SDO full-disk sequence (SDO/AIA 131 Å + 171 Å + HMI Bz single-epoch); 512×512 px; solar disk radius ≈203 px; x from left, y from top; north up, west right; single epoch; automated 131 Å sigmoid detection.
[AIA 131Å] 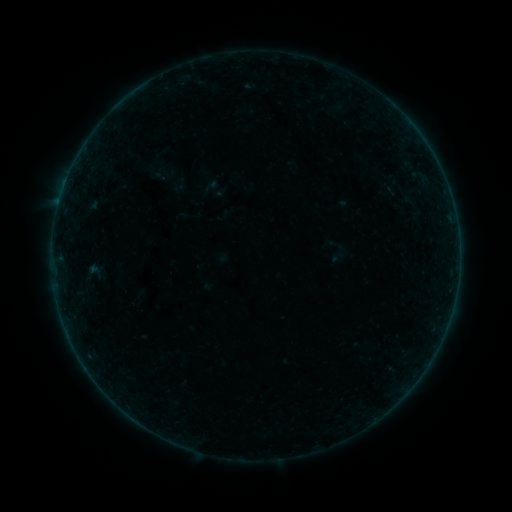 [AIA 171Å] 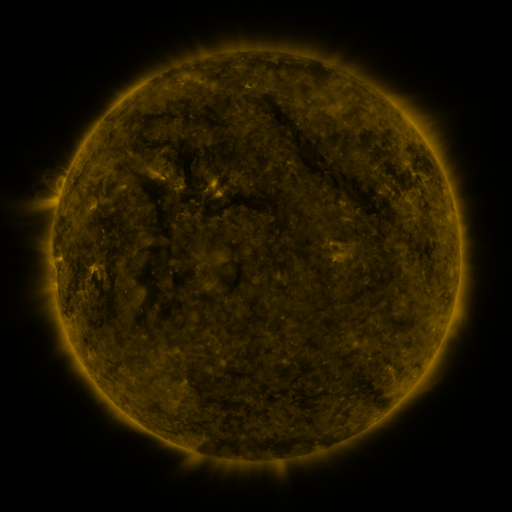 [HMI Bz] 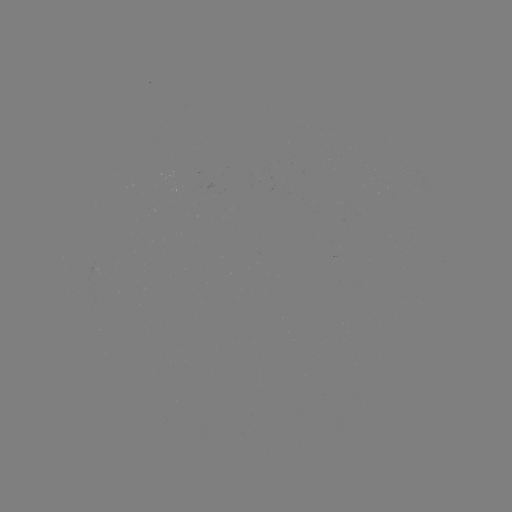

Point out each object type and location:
sigmoid: (337, 253)
